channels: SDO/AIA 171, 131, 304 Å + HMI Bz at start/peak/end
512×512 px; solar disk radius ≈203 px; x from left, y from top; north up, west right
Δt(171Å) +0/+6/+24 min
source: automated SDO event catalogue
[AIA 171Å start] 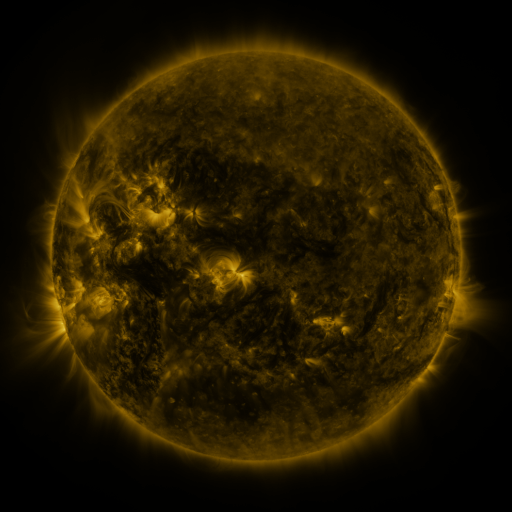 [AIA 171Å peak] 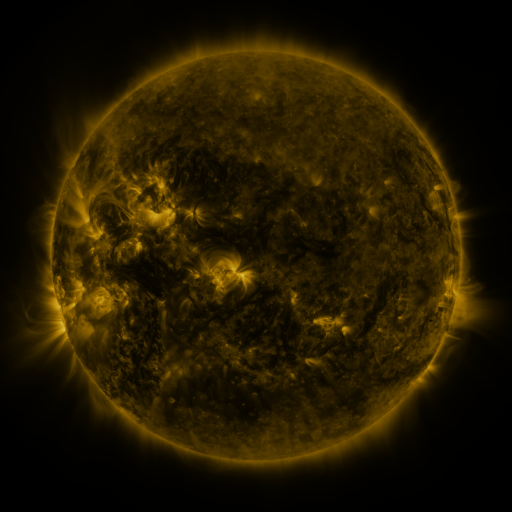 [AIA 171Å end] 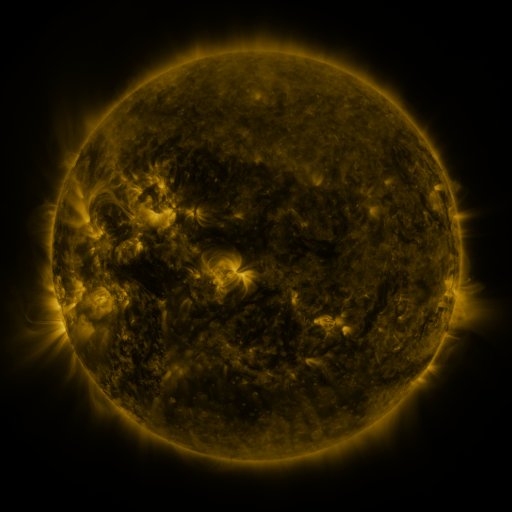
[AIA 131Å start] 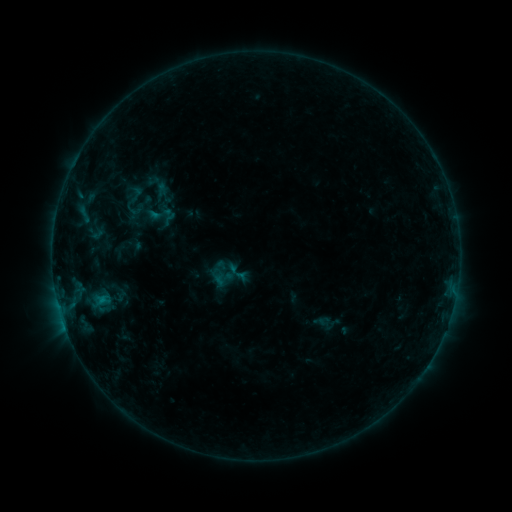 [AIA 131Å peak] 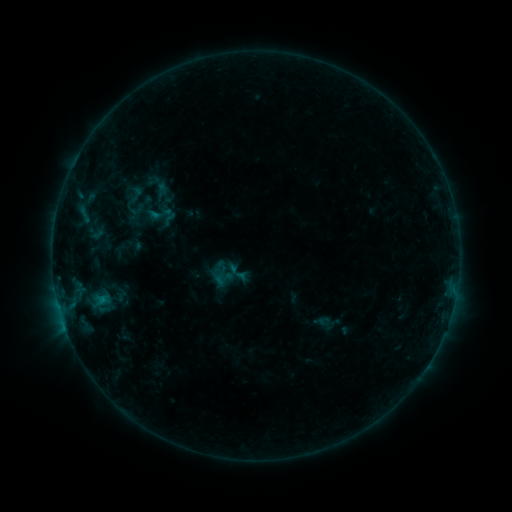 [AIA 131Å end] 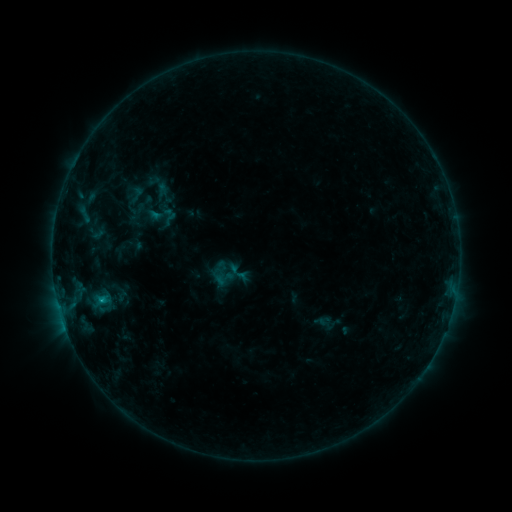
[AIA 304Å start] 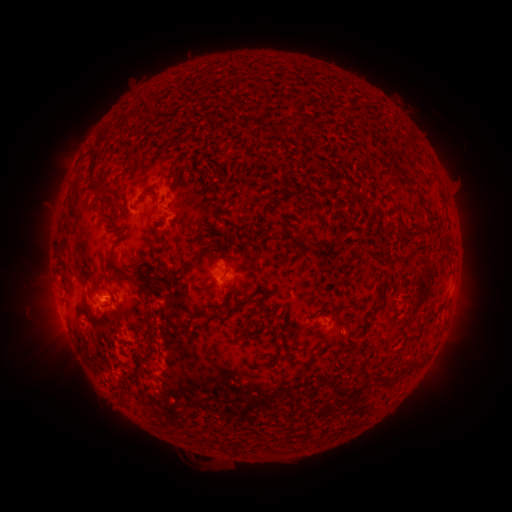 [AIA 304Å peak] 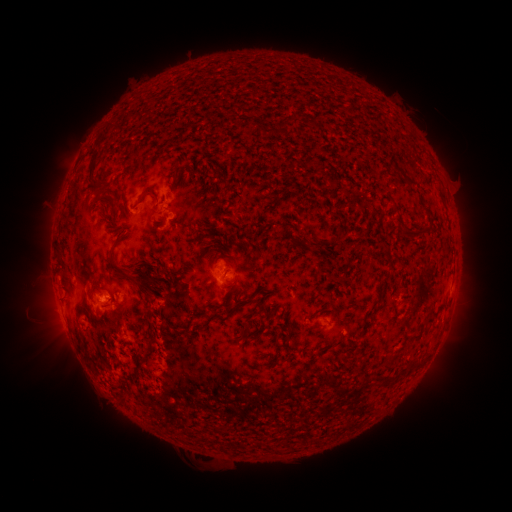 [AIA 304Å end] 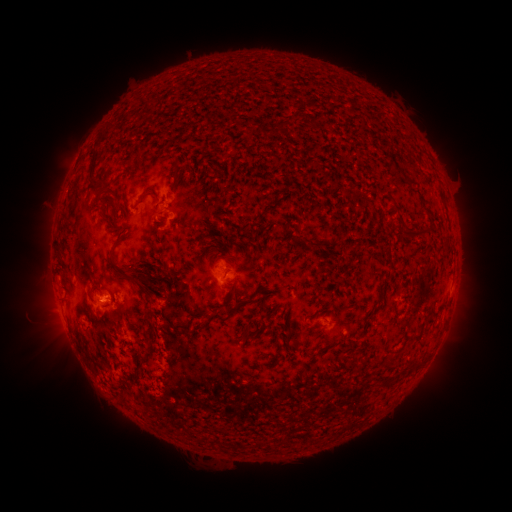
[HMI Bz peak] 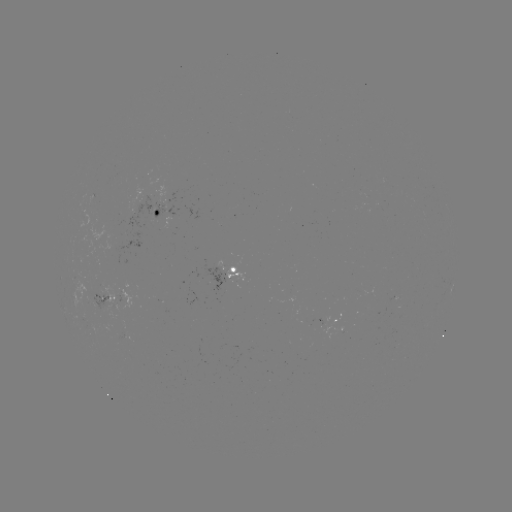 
no flare in any classed list; no EUV-trigger detection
